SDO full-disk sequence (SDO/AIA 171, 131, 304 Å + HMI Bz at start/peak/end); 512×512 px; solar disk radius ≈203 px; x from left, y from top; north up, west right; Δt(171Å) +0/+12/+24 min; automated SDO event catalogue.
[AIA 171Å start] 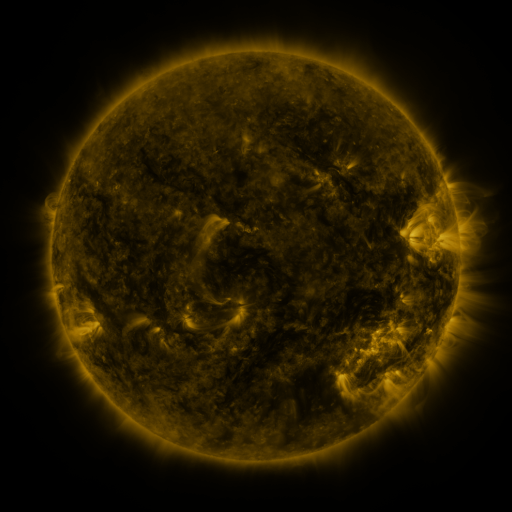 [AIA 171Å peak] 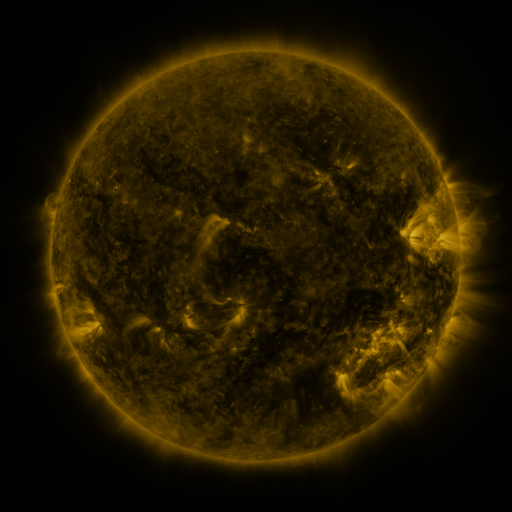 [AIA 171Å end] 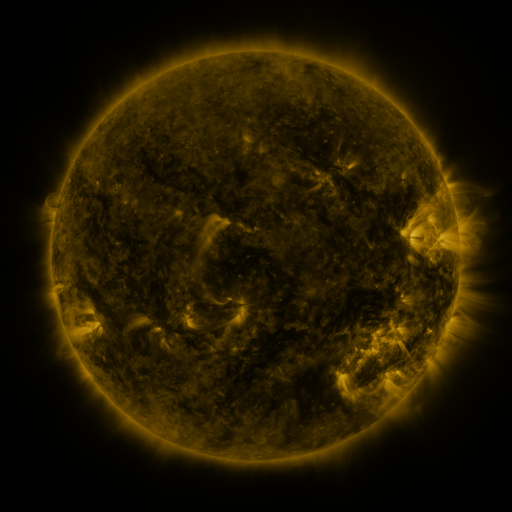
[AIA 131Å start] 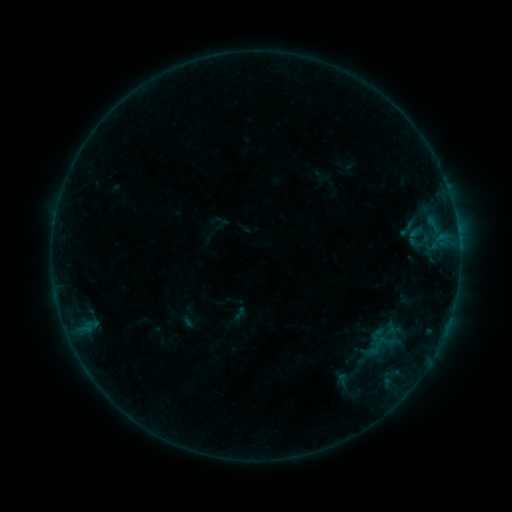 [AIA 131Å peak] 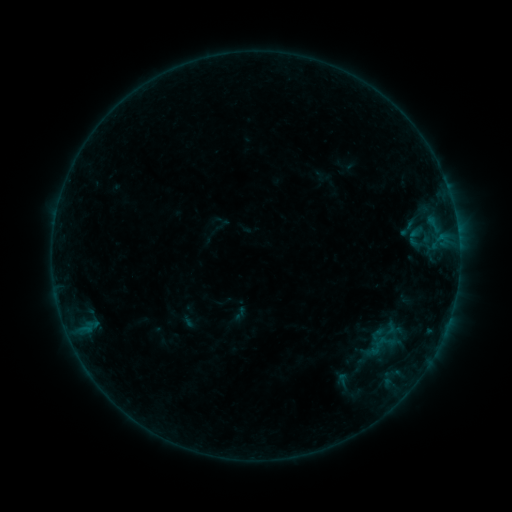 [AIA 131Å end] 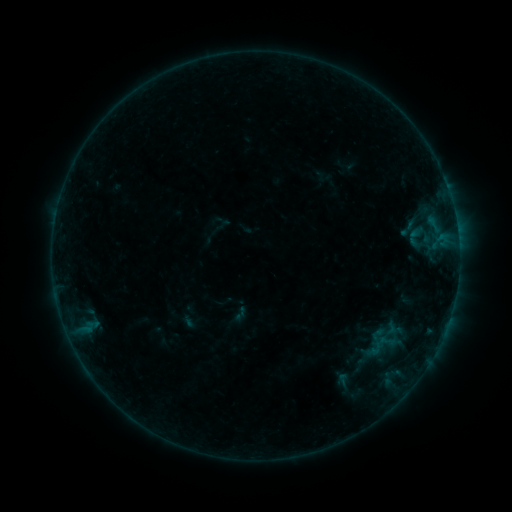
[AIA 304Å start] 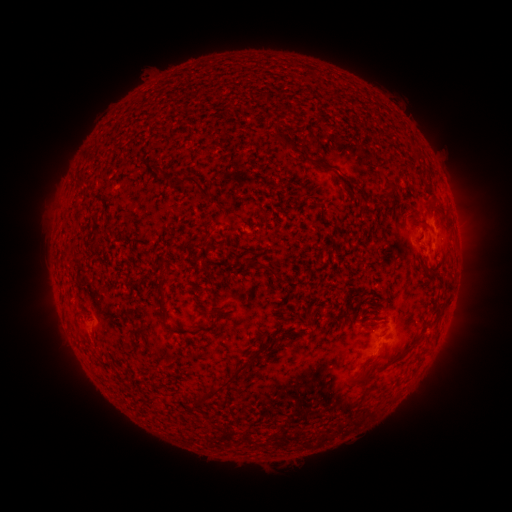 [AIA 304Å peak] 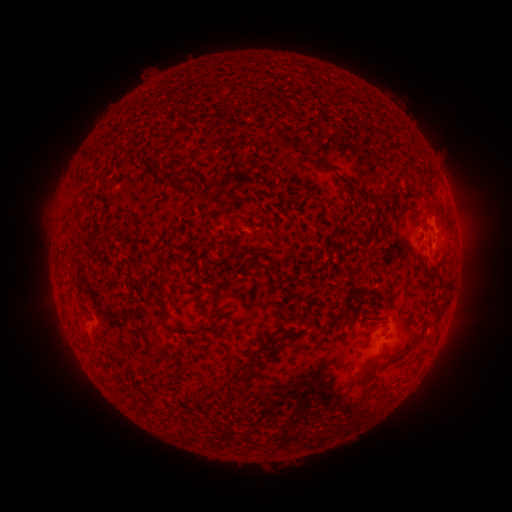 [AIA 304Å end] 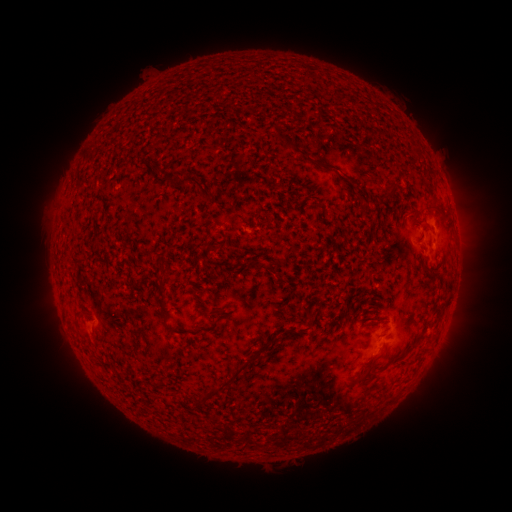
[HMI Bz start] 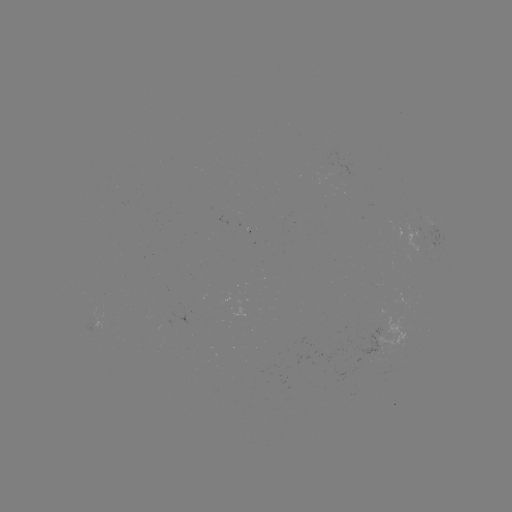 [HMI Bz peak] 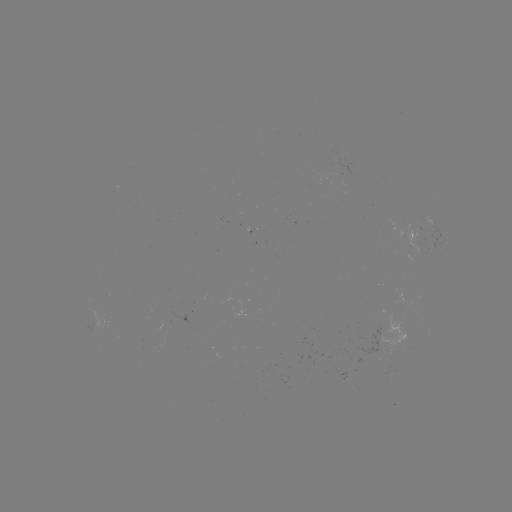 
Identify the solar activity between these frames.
no catalogued flare and no flagged EUV brightening in this window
